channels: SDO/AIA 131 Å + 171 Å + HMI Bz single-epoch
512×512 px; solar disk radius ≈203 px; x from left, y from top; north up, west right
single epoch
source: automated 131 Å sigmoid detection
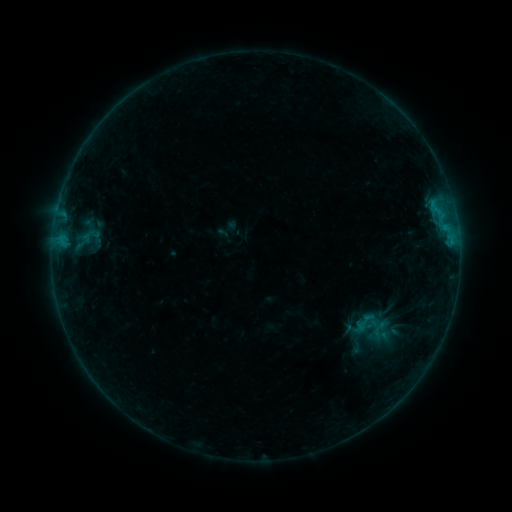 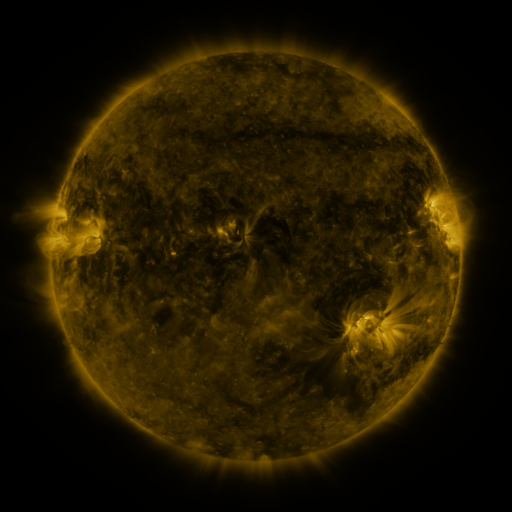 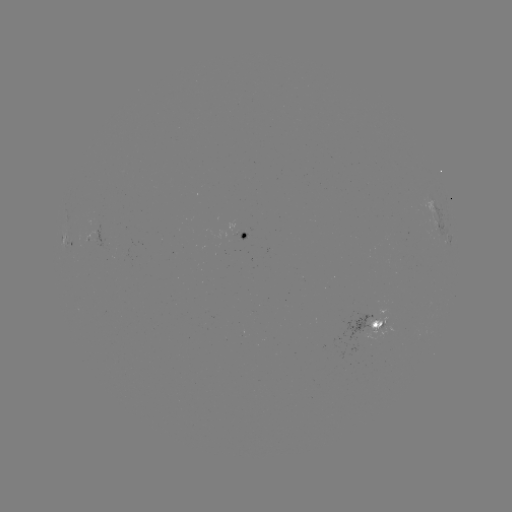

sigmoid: (353, 311, 376, 333)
